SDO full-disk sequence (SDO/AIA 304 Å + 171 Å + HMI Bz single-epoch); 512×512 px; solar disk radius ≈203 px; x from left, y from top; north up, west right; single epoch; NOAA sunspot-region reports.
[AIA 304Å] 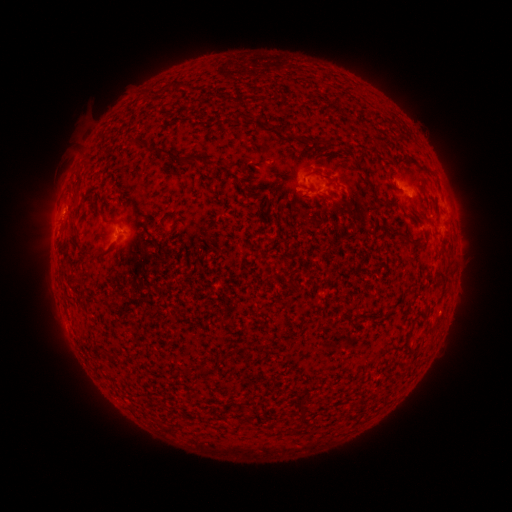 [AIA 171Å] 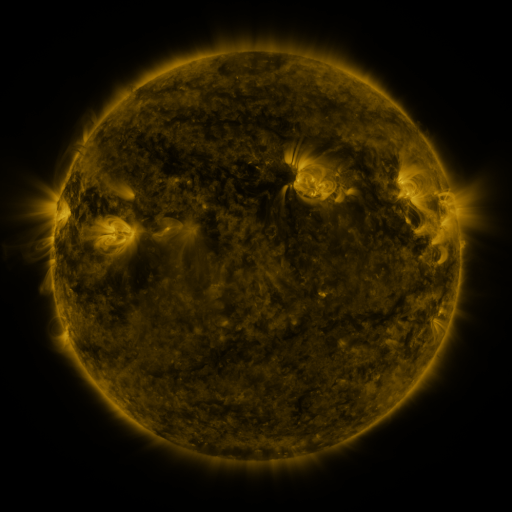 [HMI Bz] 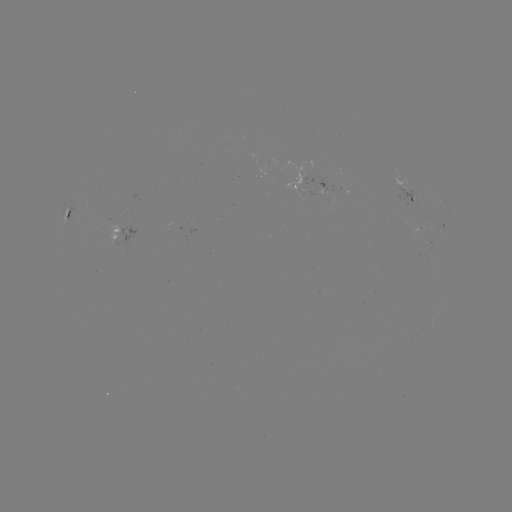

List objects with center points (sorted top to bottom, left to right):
spotted active region: (316, 187)
spotted active region: (408, 195)
spotted active region: (67, 219)
spotted active region: (443, 226)
spotted active region: (128, 231)
